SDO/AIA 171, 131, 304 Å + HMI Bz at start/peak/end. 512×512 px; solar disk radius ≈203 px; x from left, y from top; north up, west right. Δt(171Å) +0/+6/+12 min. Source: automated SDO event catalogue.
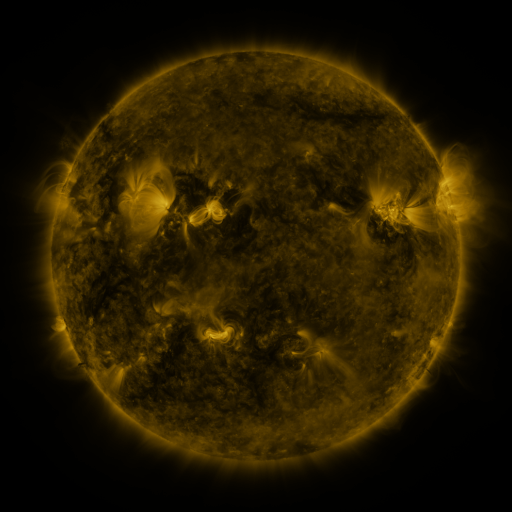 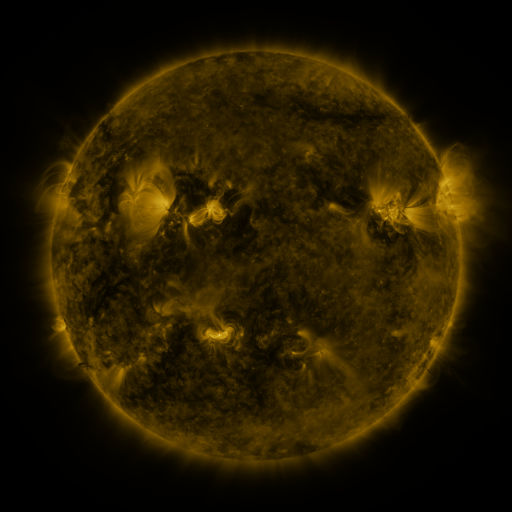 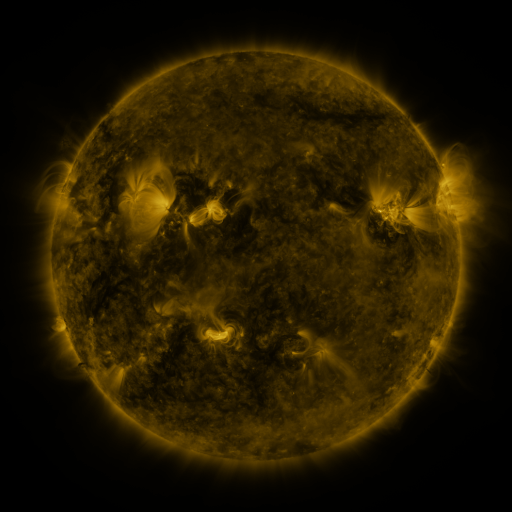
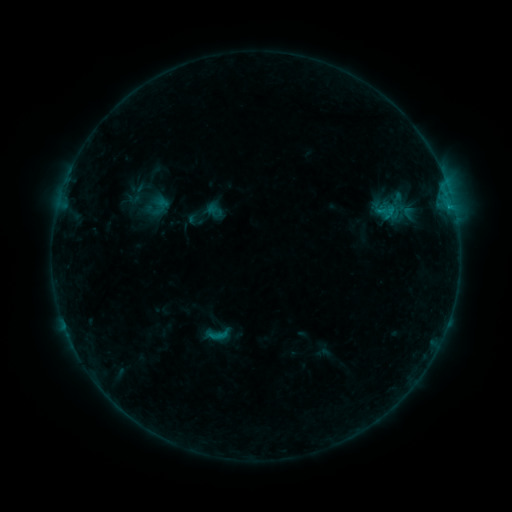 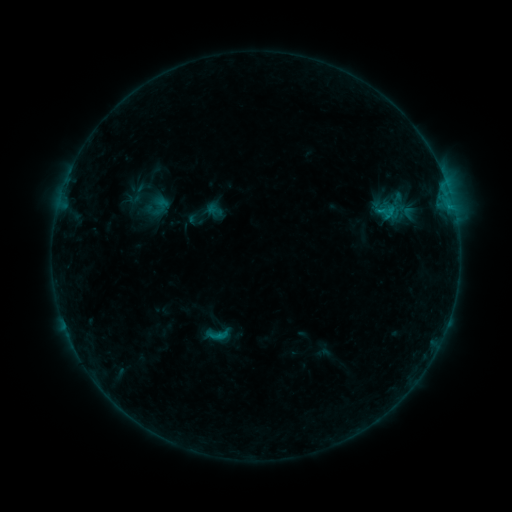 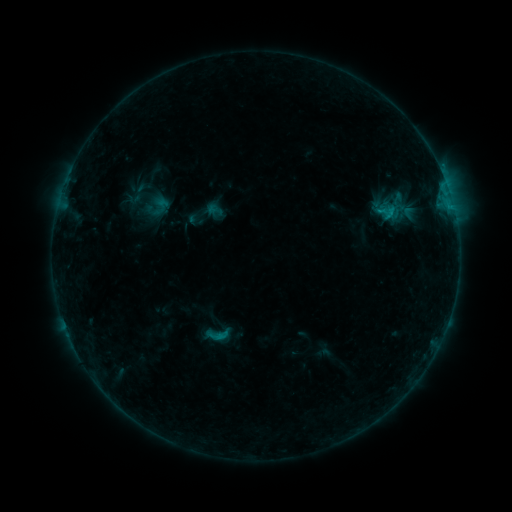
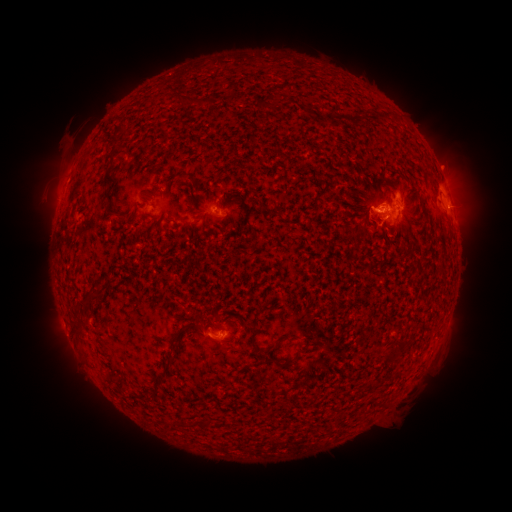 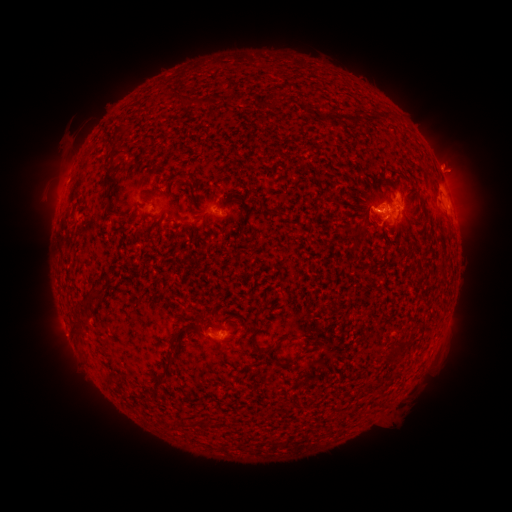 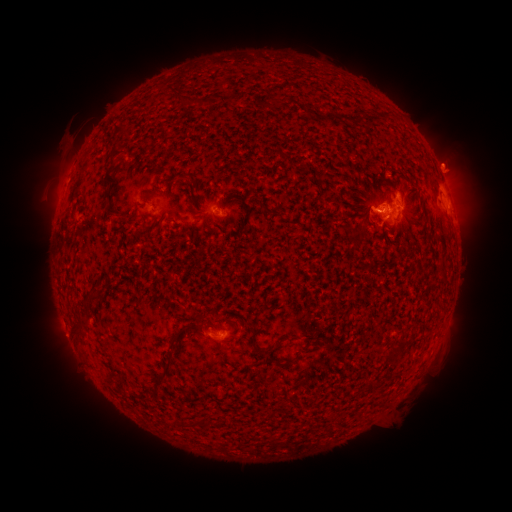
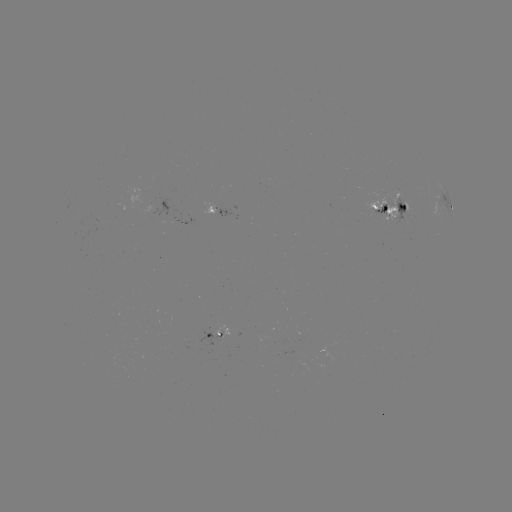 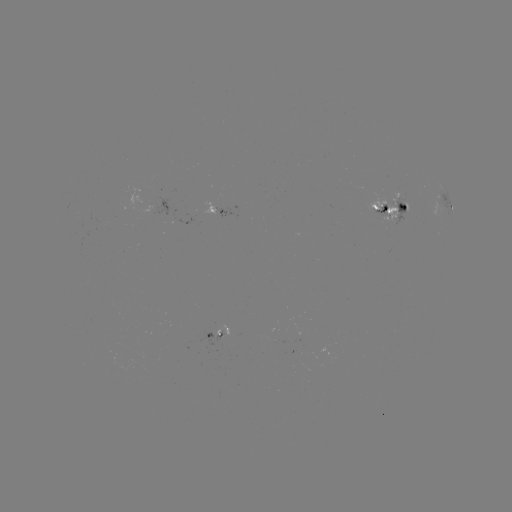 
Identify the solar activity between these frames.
eruption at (455, 164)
